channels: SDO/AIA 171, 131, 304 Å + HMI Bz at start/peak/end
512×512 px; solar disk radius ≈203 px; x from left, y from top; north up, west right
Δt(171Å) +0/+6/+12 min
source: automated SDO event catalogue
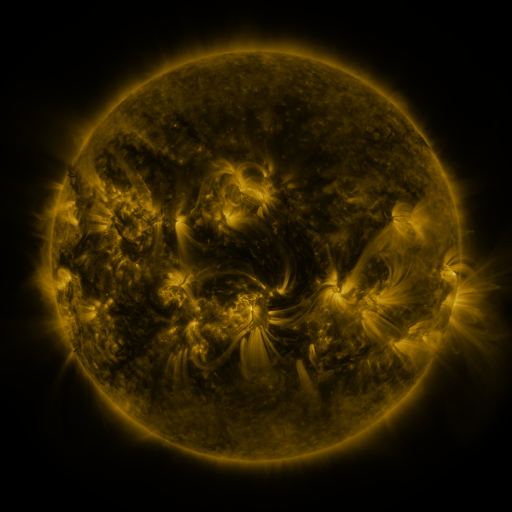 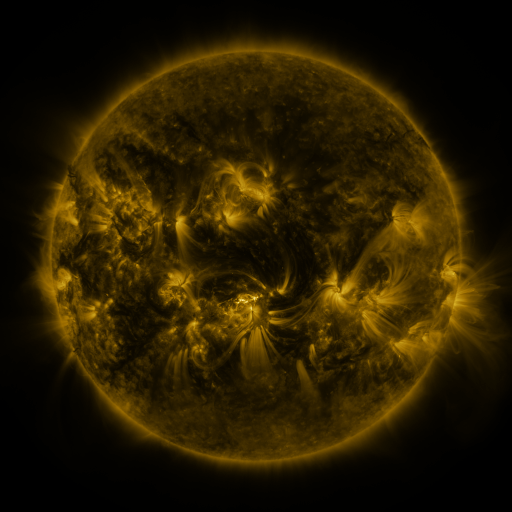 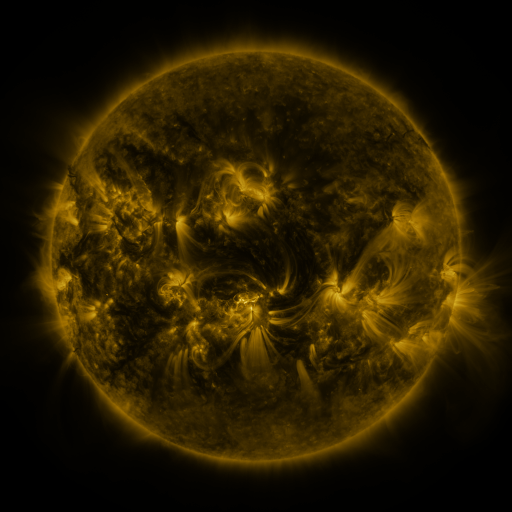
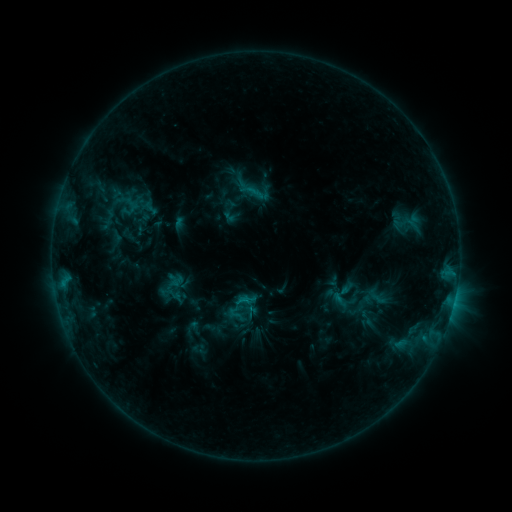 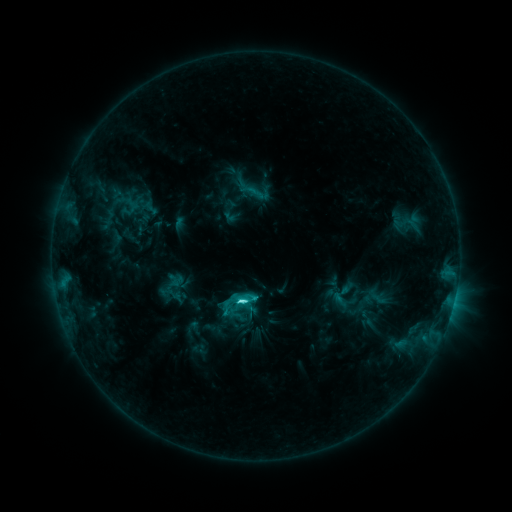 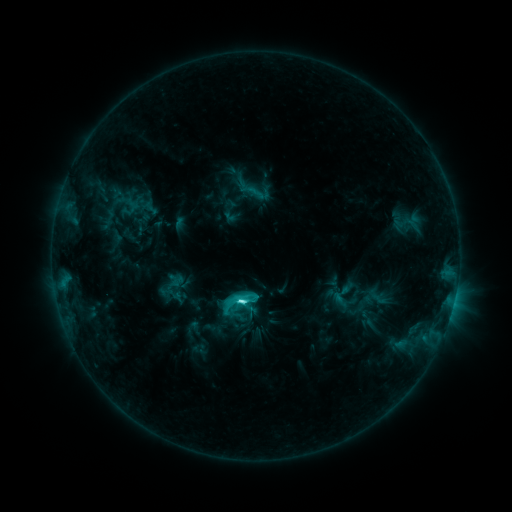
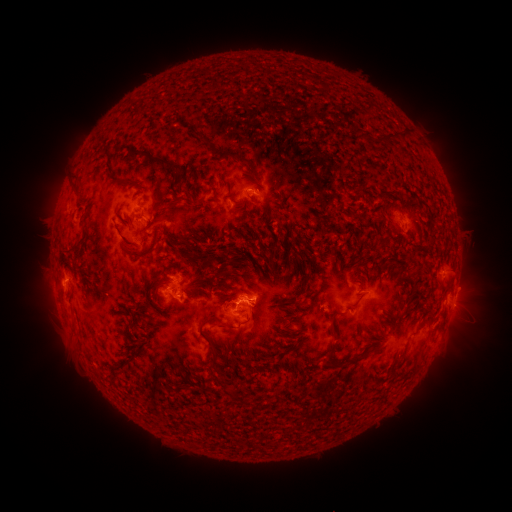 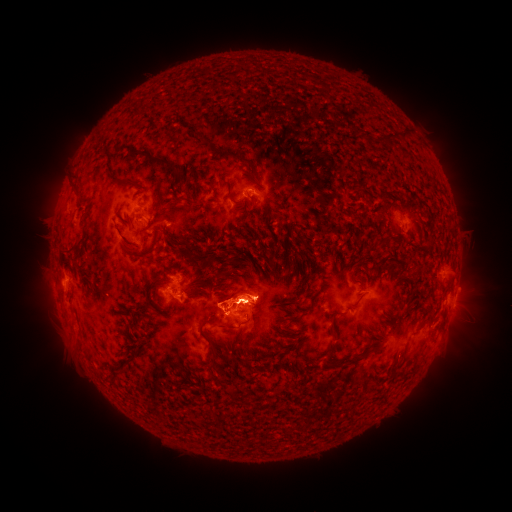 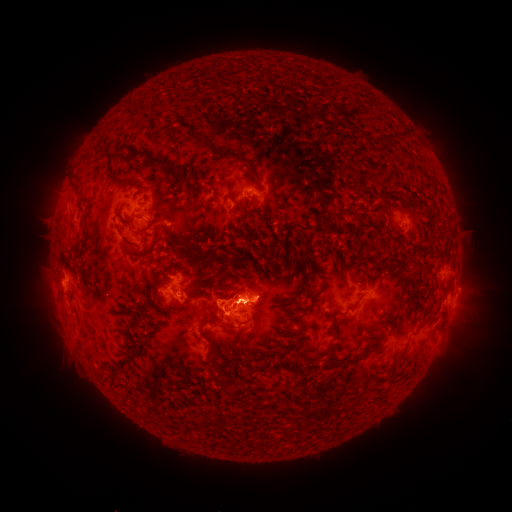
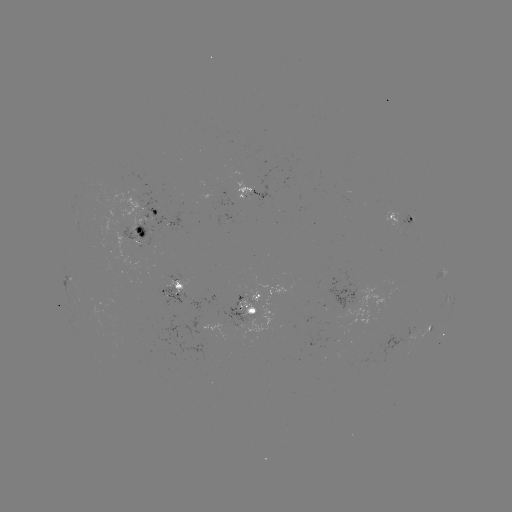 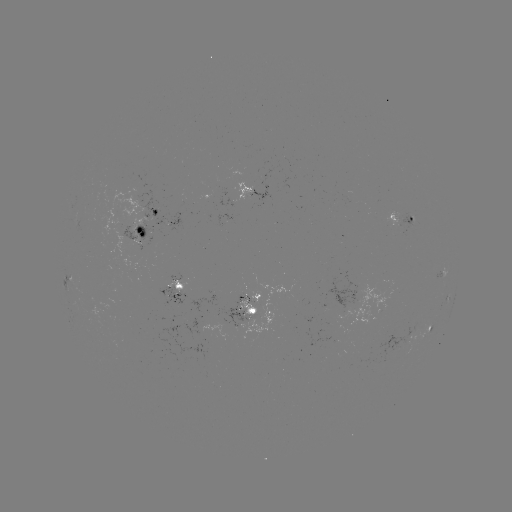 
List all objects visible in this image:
C4.8 flare: (242, 299)
